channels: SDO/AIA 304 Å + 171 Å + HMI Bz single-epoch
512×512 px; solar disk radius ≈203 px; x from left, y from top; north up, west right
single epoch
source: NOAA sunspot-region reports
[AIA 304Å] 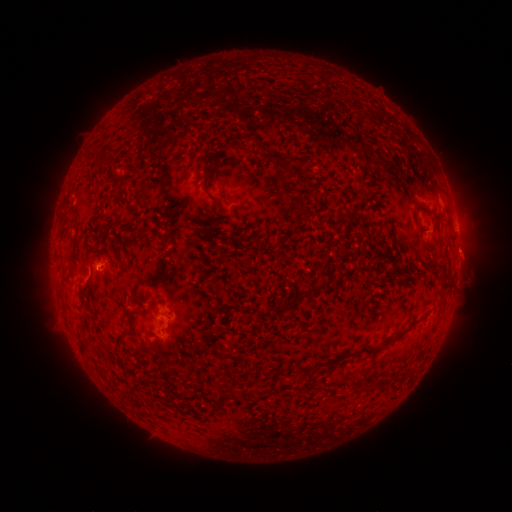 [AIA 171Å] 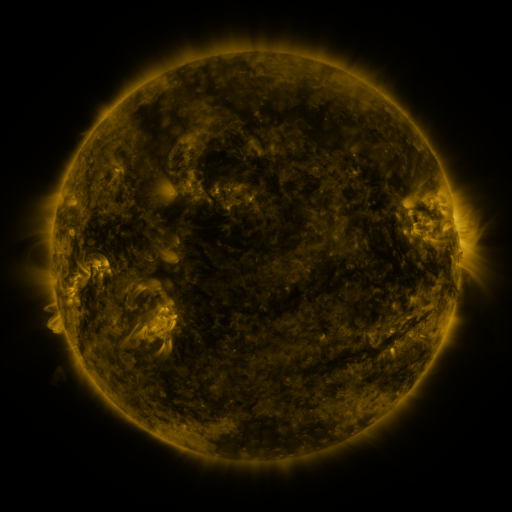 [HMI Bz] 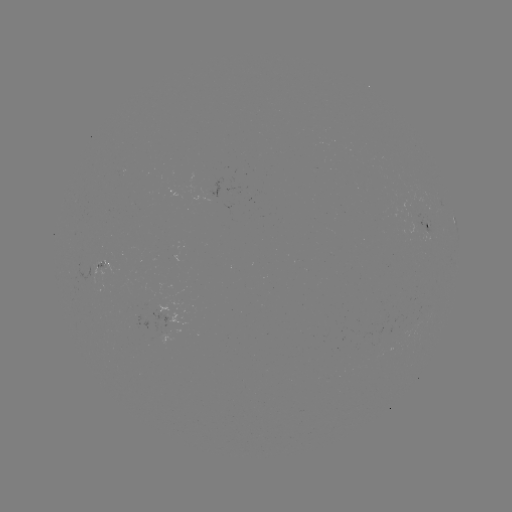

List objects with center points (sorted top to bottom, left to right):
spotted active region: (431, 225)
spotted active region: (456, 226)
spotted active region: (105, 263)
